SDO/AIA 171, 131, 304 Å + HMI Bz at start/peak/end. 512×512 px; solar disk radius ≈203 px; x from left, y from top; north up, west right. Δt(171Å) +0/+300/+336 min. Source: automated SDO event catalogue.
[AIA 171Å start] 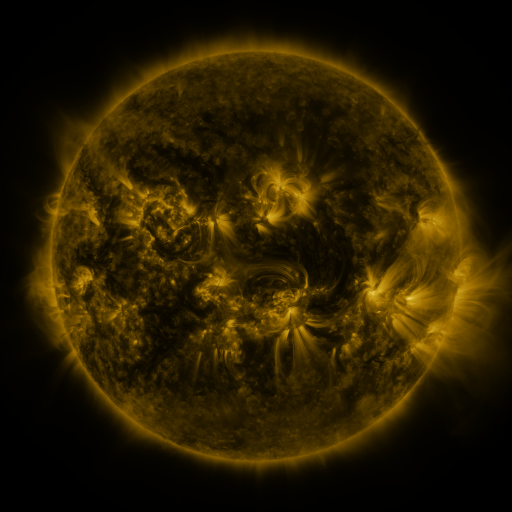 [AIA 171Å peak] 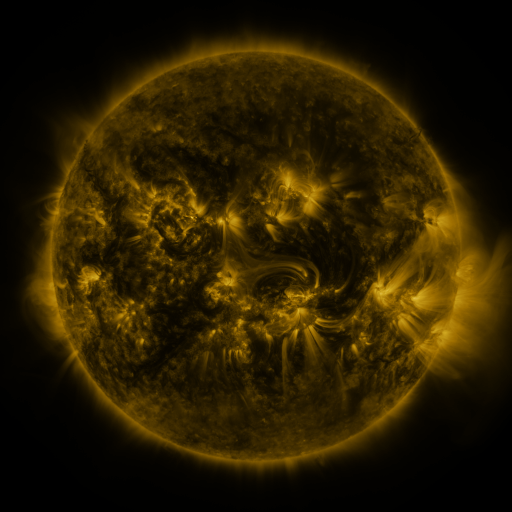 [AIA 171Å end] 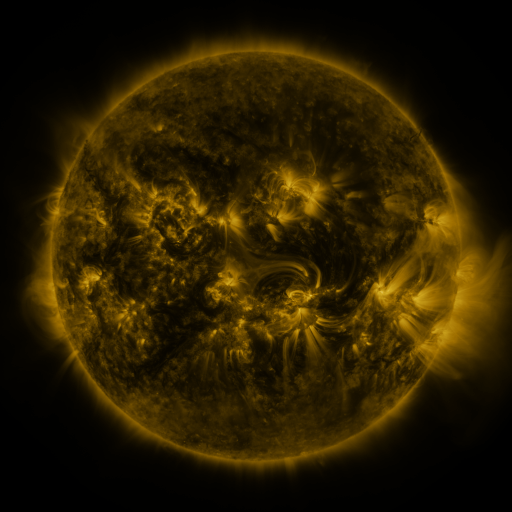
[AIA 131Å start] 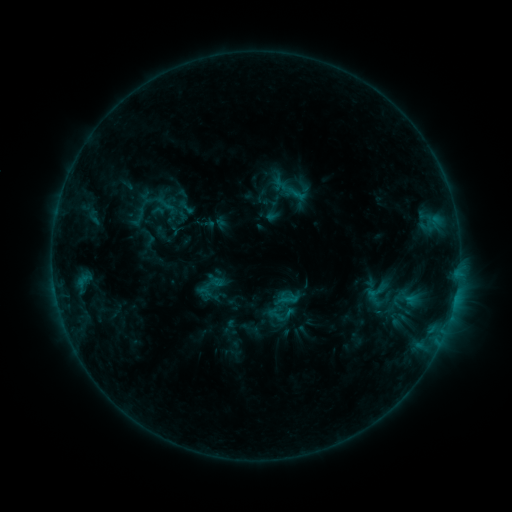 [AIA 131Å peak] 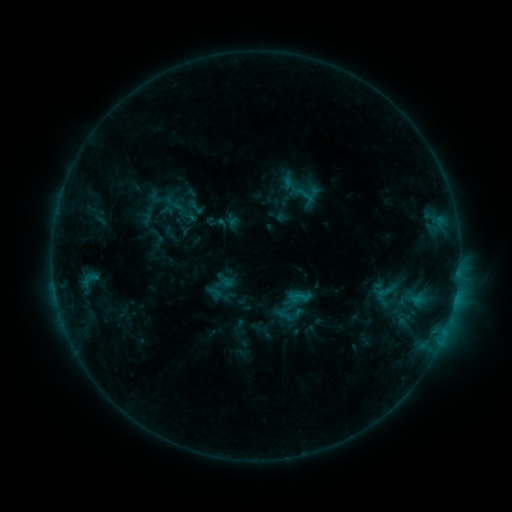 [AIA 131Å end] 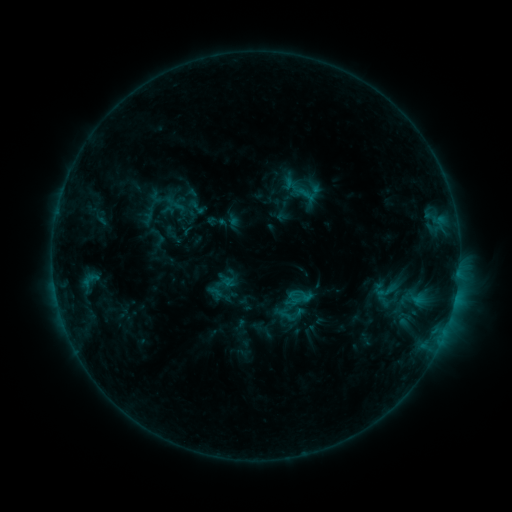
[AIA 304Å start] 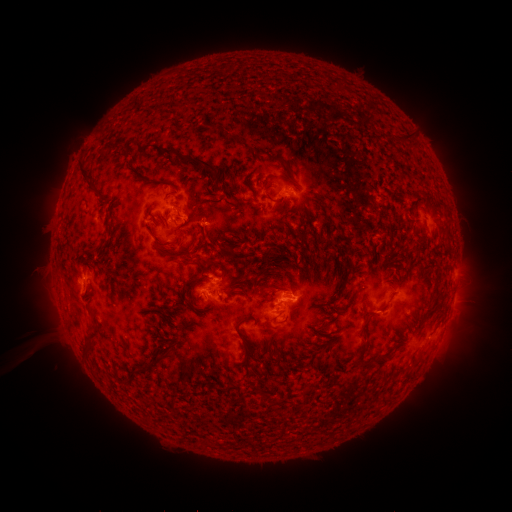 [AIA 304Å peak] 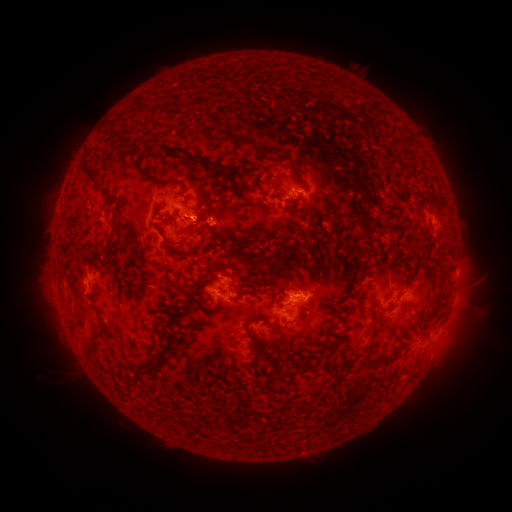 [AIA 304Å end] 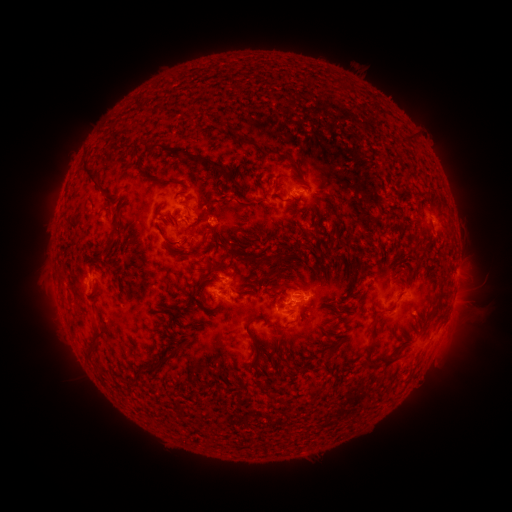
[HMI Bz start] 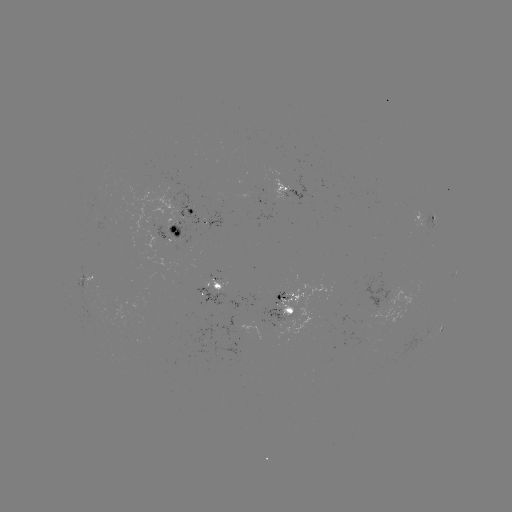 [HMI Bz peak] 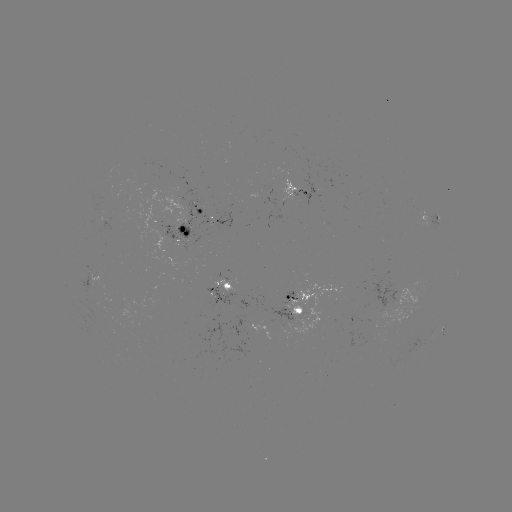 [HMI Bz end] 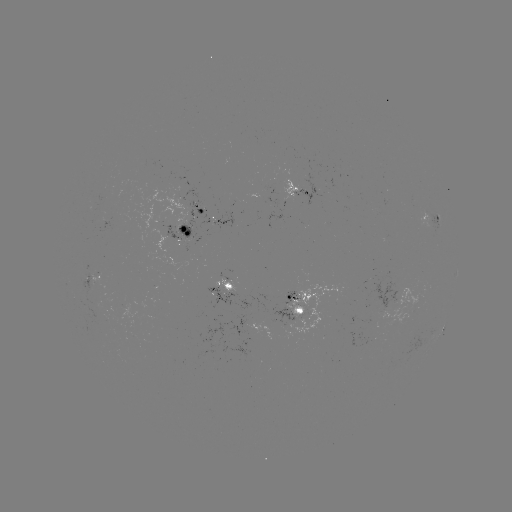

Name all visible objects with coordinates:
emerging-flux region: (214, 216)
